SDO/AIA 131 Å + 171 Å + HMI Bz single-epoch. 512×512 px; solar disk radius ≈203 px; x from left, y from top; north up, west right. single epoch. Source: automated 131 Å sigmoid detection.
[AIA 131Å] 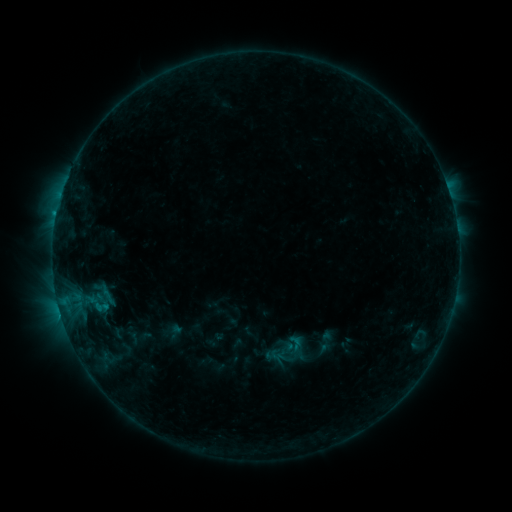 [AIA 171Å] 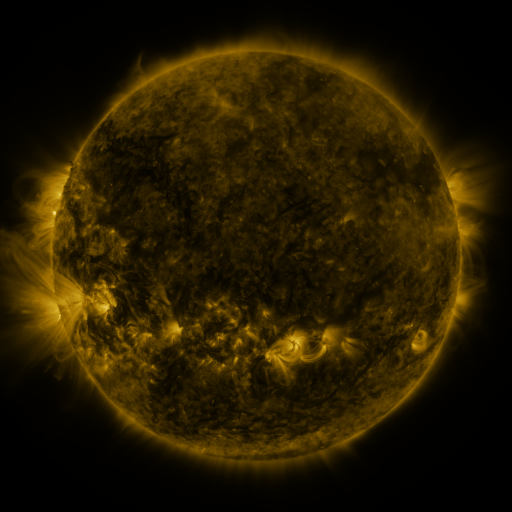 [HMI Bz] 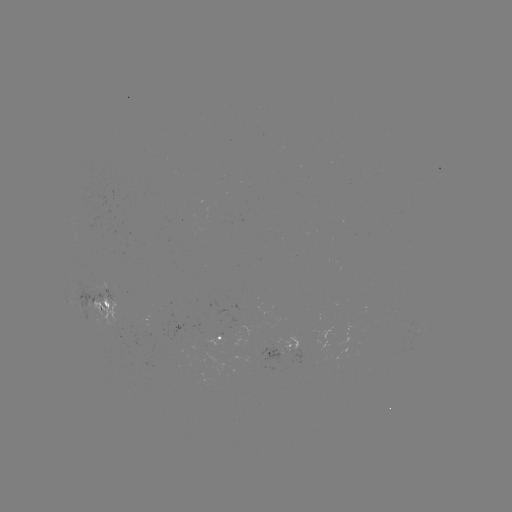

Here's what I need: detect sigmoid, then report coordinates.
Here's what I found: sigmoid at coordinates [295, 345].